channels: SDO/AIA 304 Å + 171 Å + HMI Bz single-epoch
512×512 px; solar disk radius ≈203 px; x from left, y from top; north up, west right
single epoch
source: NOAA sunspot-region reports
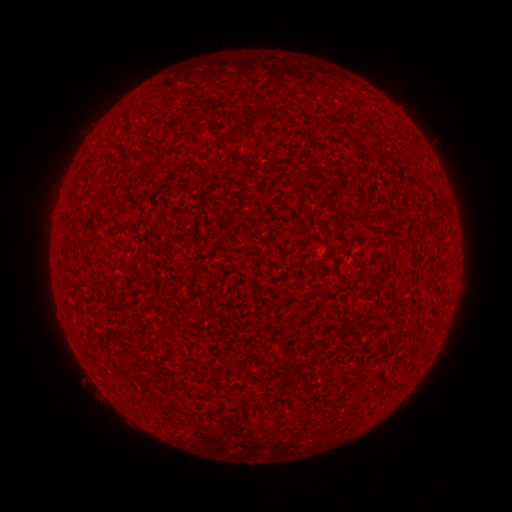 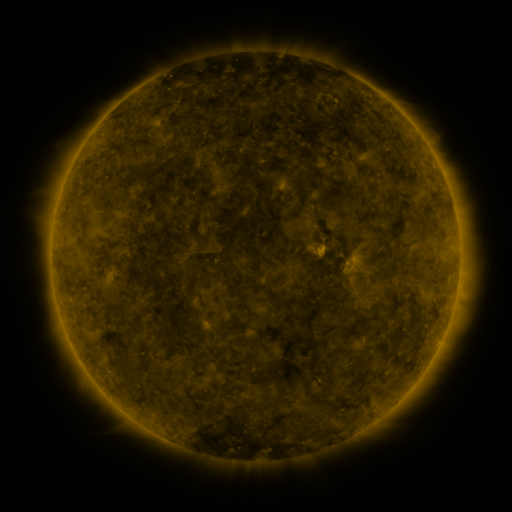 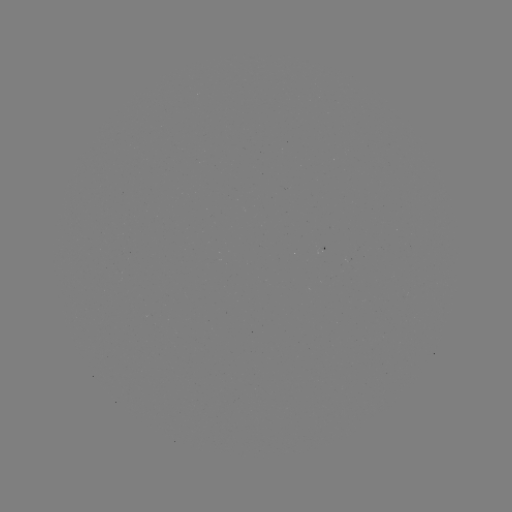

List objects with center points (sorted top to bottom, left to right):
(none)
